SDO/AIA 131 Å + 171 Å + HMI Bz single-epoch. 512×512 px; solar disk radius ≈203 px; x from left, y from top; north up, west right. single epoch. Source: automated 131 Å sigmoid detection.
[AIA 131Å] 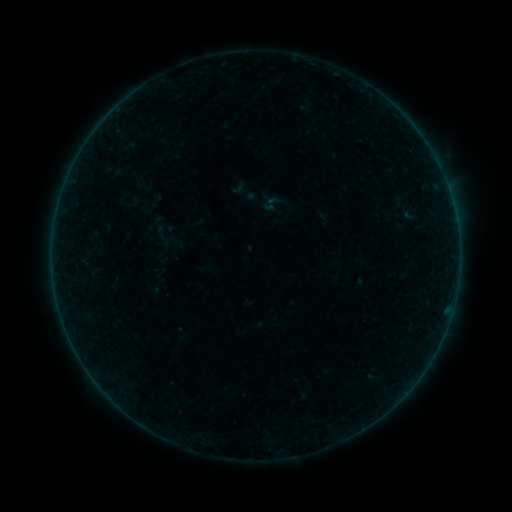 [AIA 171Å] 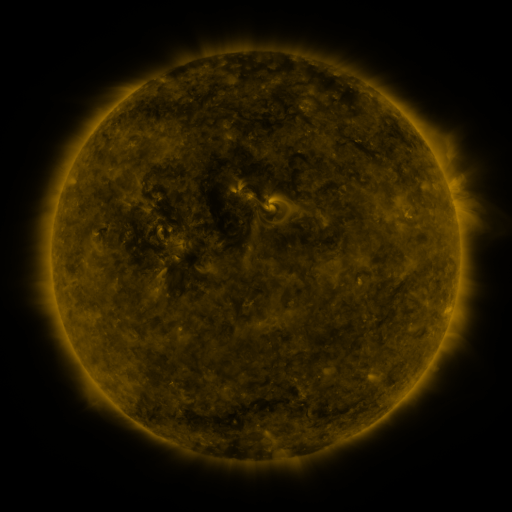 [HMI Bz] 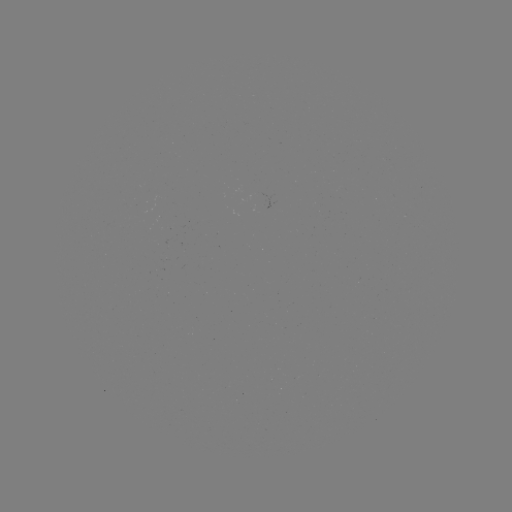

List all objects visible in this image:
sigmoid: [151, 225, 173, 247]
